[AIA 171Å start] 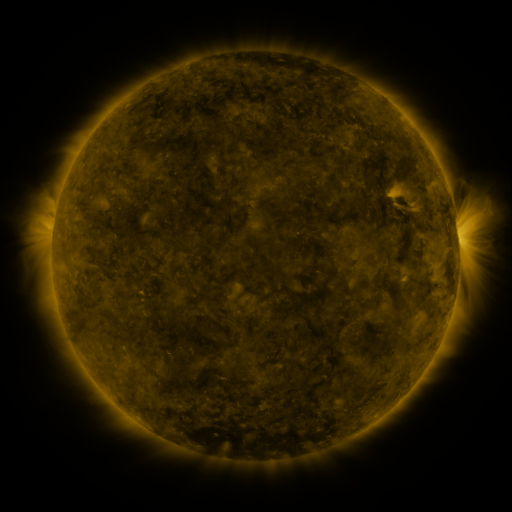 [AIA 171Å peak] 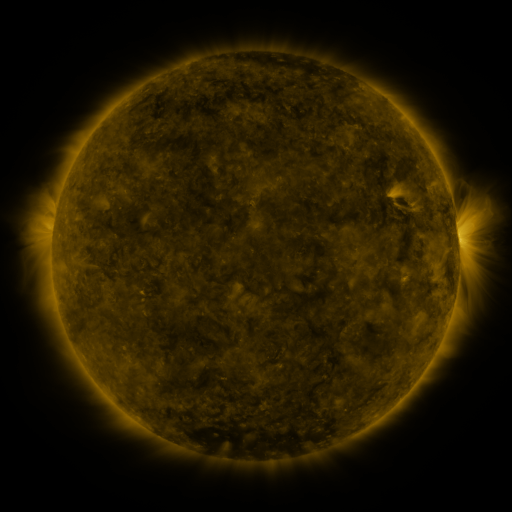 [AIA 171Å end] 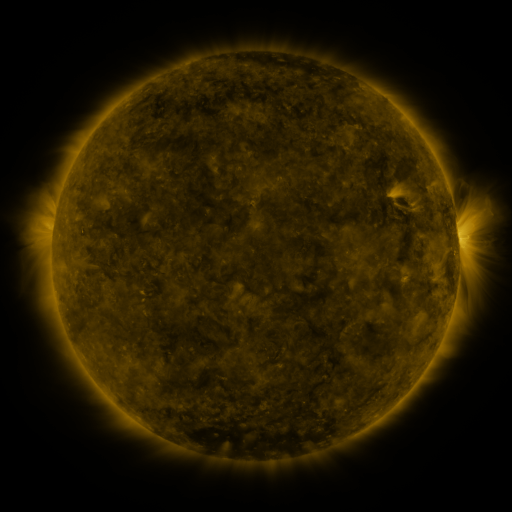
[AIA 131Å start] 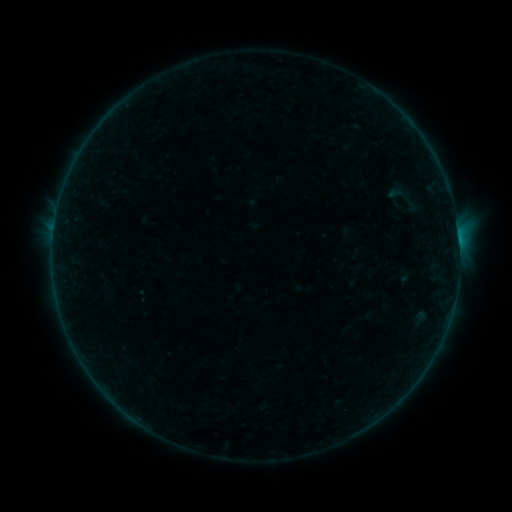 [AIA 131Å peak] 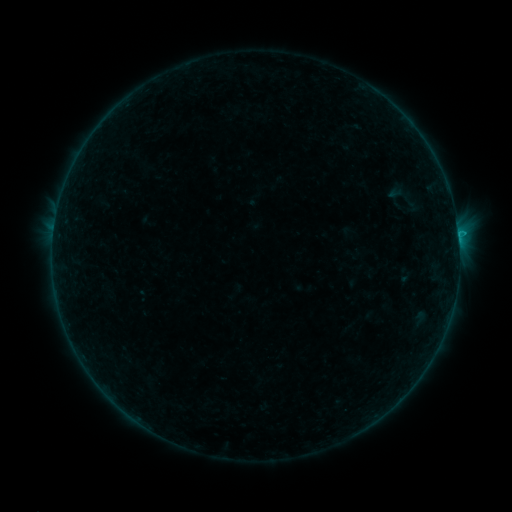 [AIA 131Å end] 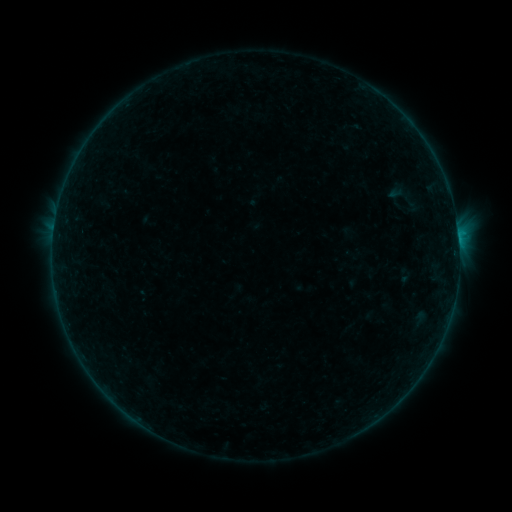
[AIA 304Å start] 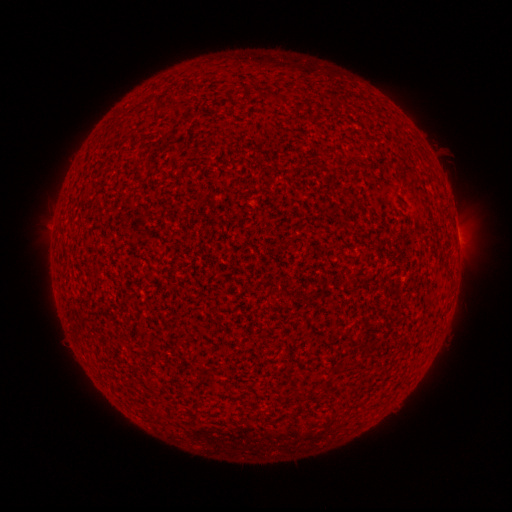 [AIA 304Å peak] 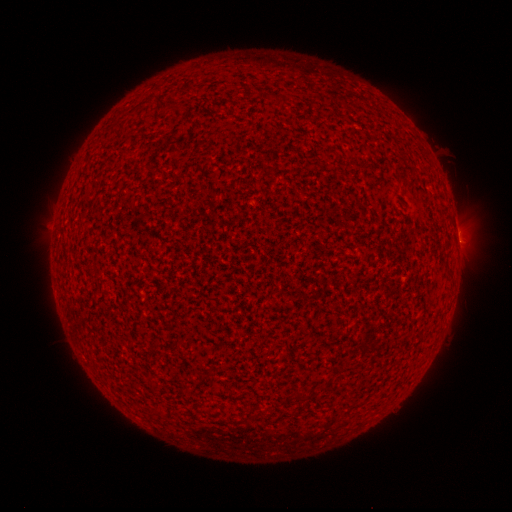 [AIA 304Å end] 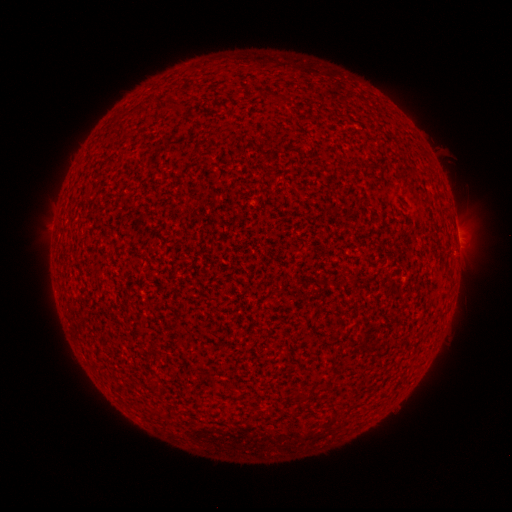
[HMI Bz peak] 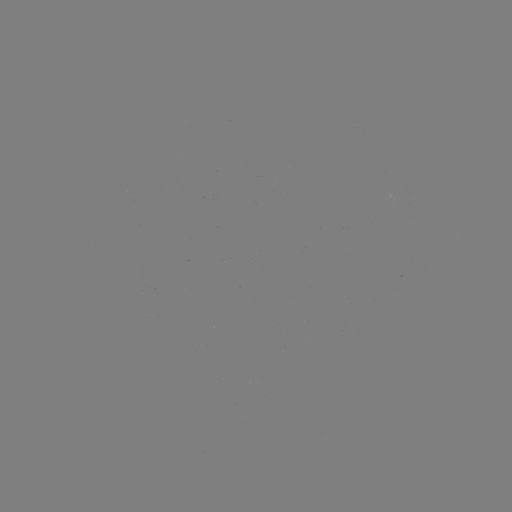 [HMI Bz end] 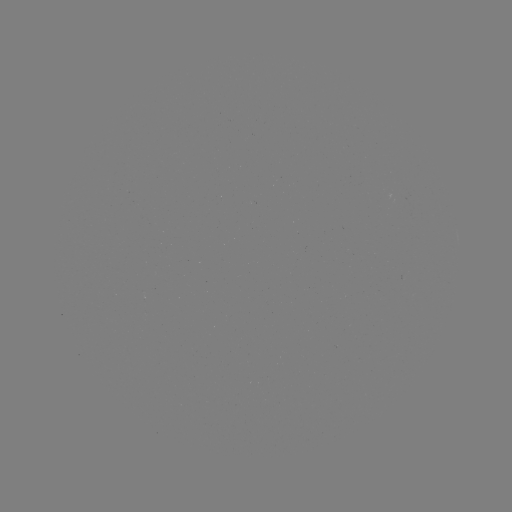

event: flare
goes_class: B2.8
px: (458, 234)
